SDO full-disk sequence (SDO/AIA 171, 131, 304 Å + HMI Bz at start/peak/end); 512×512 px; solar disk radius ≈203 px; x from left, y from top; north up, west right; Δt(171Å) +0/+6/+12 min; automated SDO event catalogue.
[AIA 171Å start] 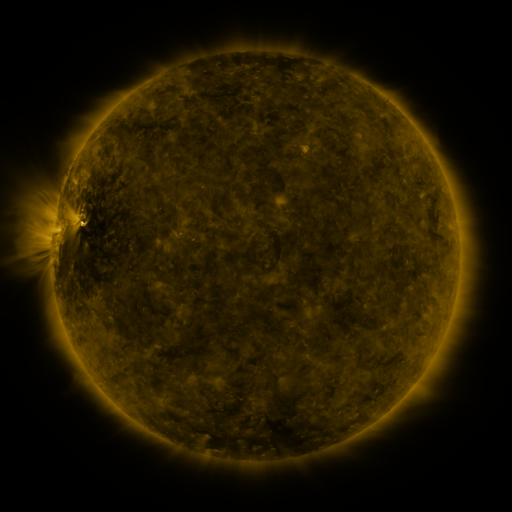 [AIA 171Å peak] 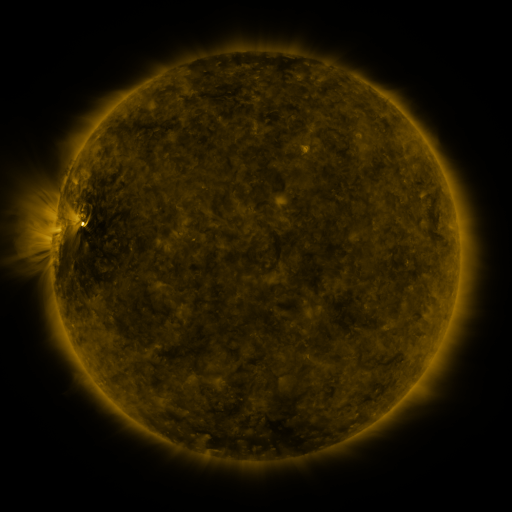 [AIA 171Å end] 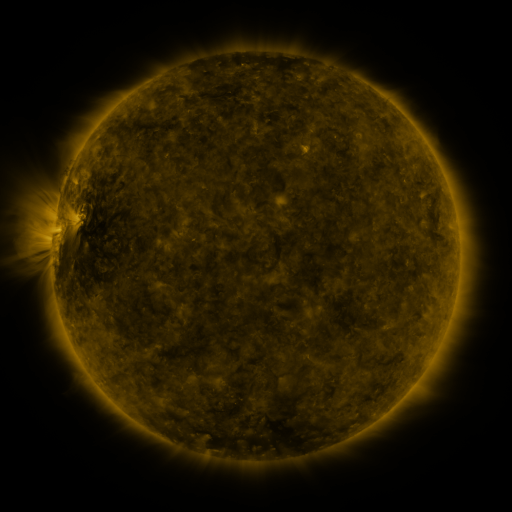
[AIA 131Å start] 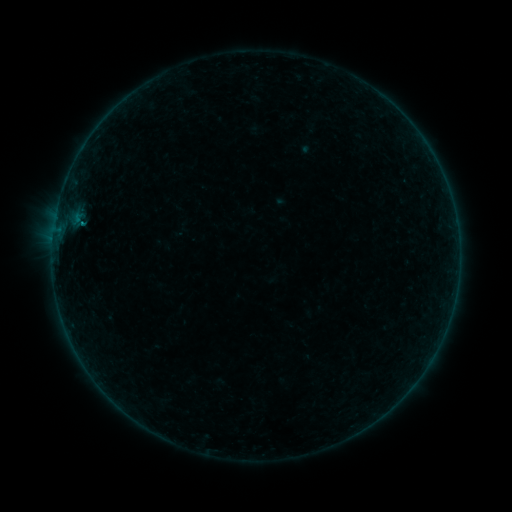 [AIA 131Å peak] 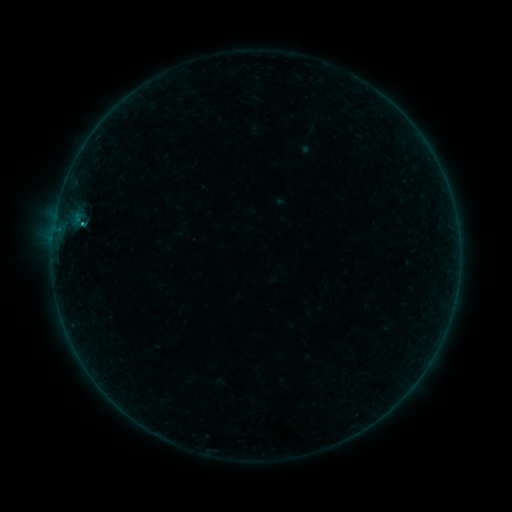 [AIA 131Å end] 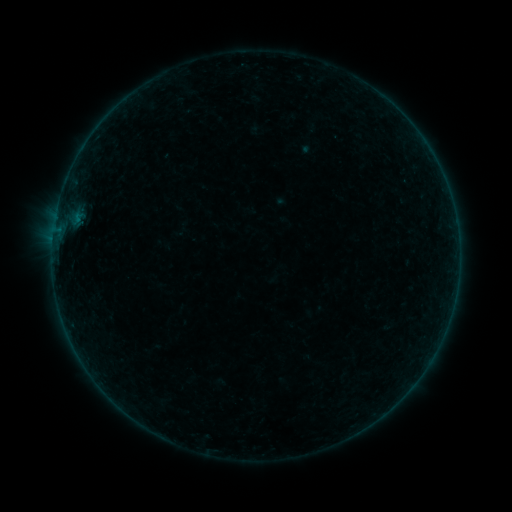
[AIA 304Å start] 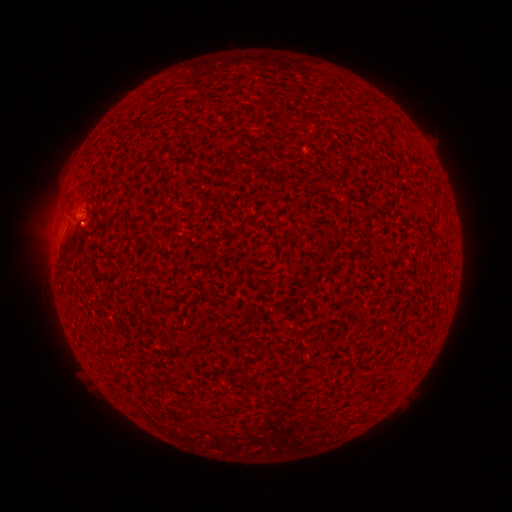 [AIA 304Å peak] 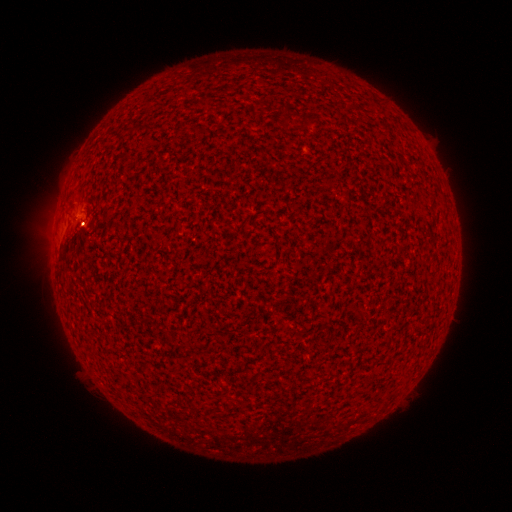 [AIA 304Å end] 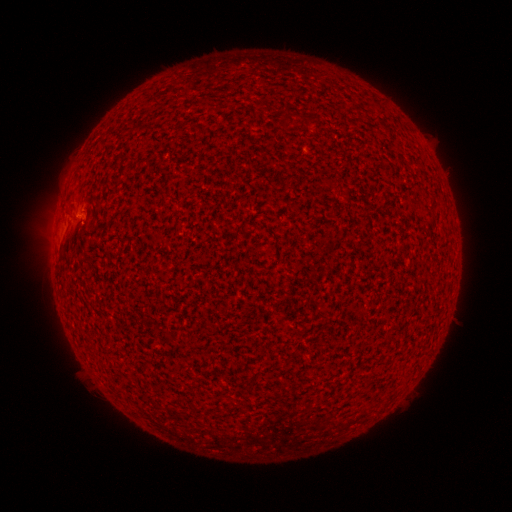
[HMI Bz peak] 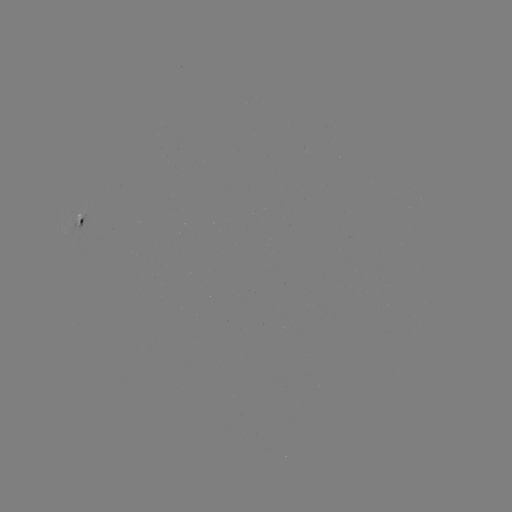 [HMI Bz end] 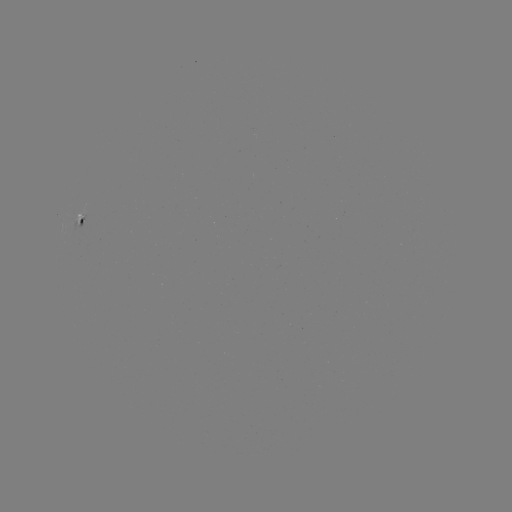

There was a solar flare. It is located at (84, 227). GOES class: B1.8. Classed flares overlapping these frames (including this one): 1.